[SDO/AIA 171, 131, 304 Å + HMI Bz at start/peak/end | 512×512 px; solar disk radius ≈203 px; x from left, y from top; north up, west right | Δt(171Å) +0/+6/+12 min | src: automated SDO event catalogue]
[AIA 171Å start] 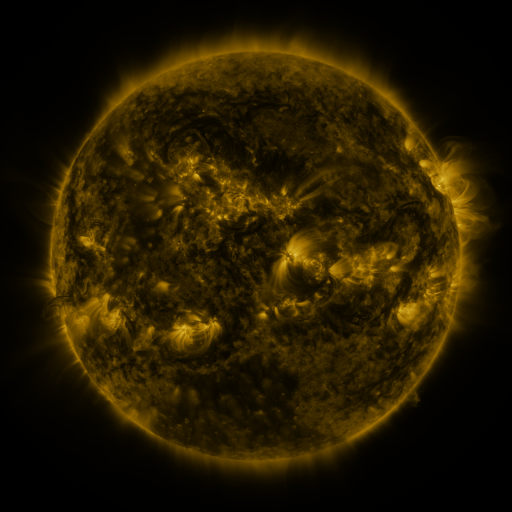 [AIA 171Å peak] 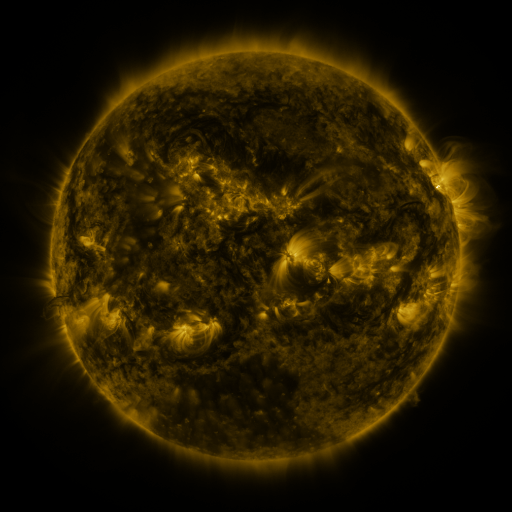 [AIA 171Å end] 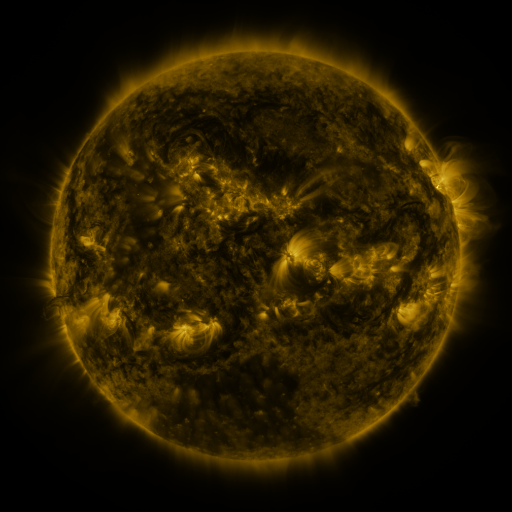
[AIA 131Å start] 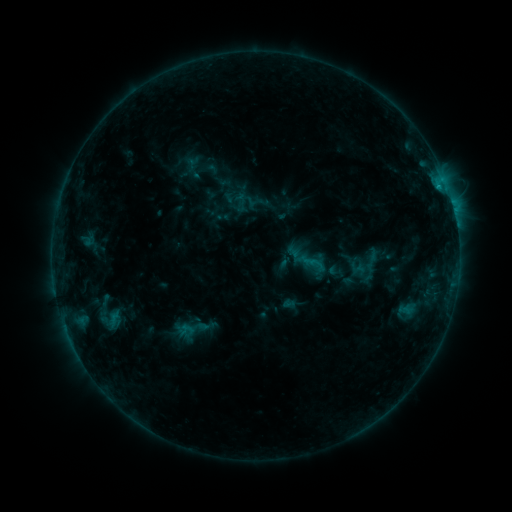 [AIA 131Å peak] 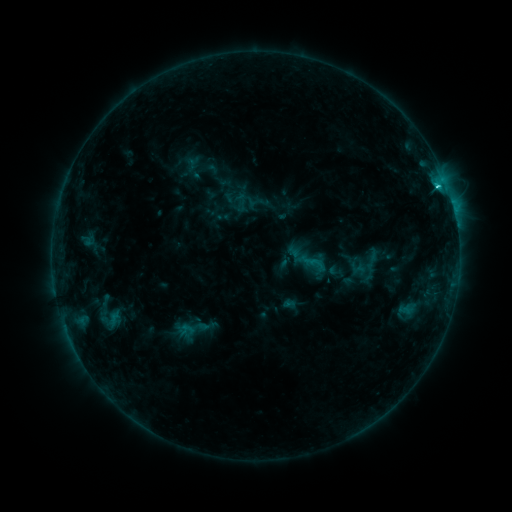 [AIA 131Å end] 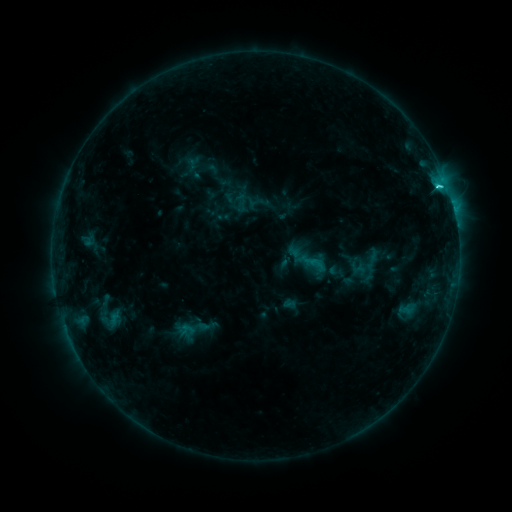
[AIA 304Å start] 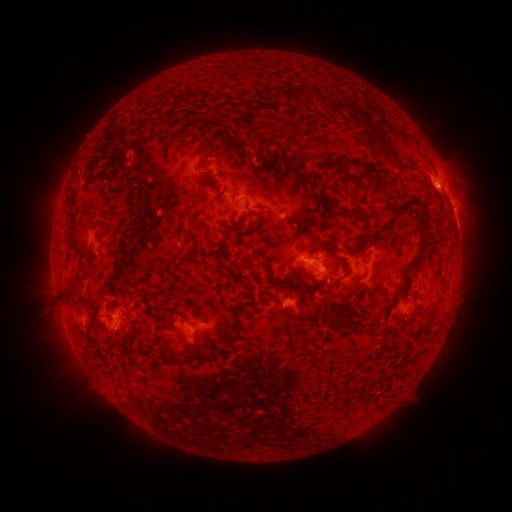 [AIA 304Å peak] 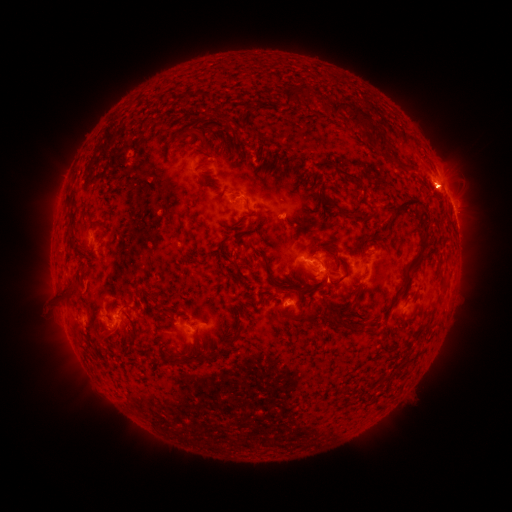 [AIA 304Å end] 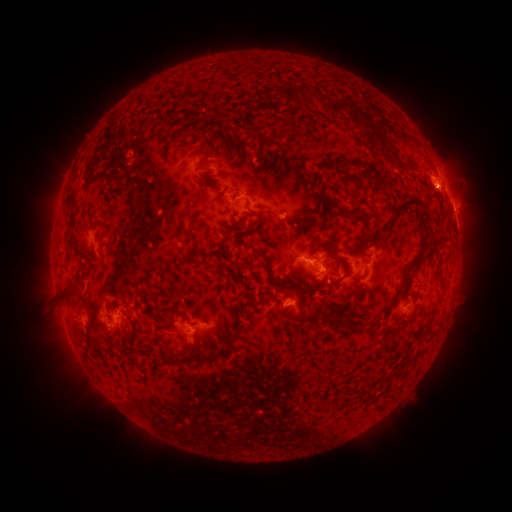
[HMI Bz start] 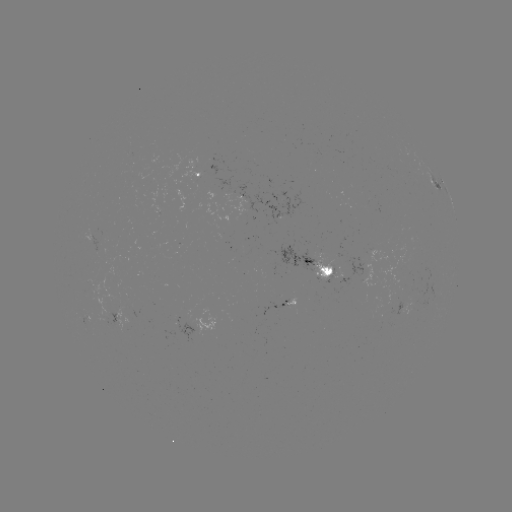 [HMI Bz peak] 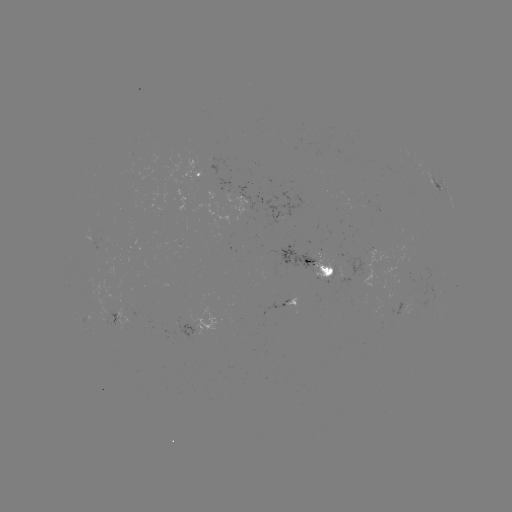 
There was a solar flare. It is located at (438, 189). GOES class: C2.4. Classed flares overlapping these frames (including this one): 1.